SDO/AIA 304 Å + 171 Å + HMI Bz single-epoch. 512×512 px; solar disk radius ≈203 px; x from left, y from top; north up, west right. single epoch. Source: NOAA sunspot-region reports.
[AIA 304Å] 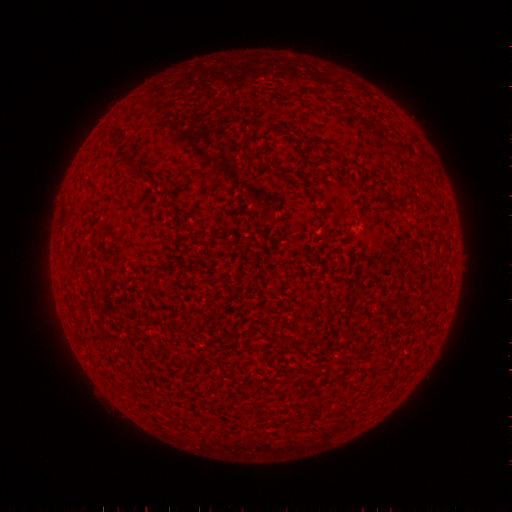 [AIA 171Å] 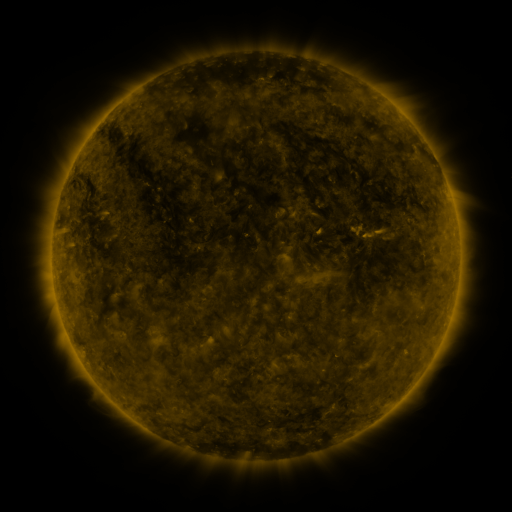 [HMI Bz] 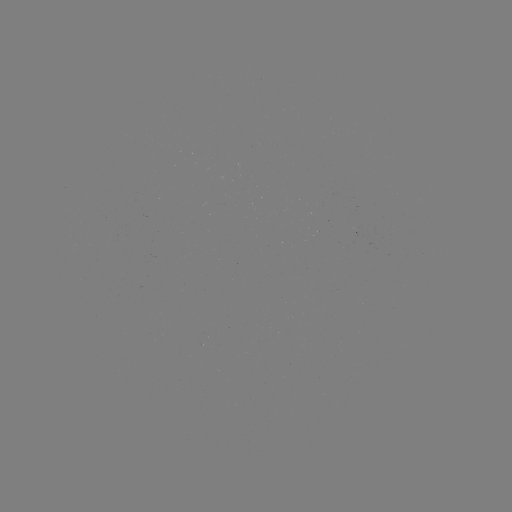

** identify spotted active region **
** (363, 234) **